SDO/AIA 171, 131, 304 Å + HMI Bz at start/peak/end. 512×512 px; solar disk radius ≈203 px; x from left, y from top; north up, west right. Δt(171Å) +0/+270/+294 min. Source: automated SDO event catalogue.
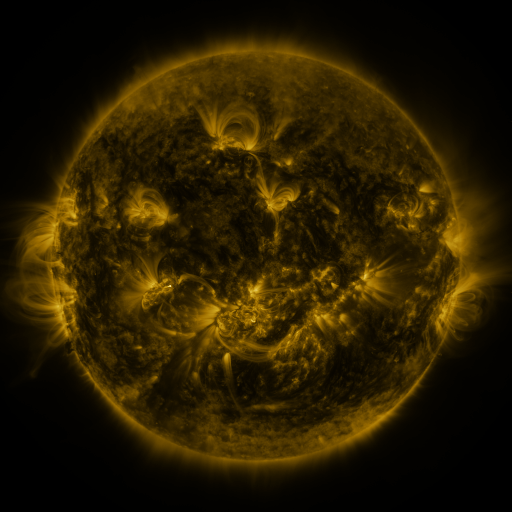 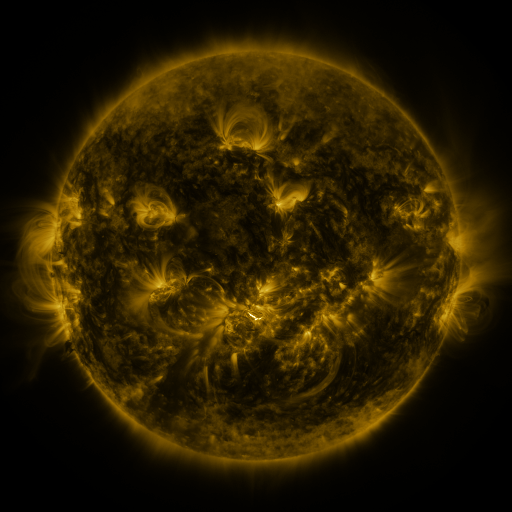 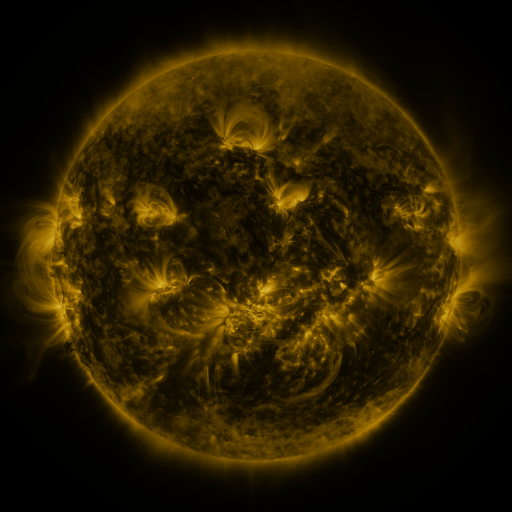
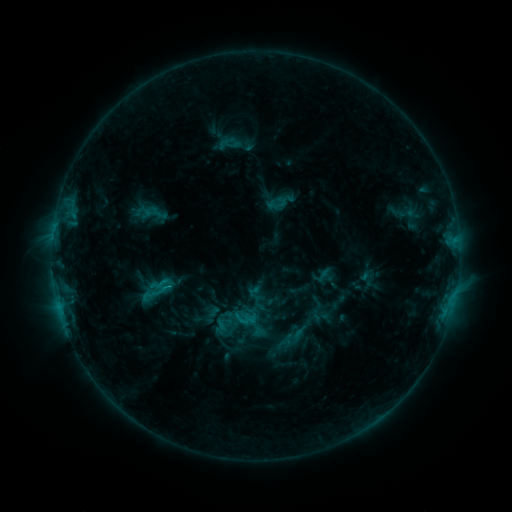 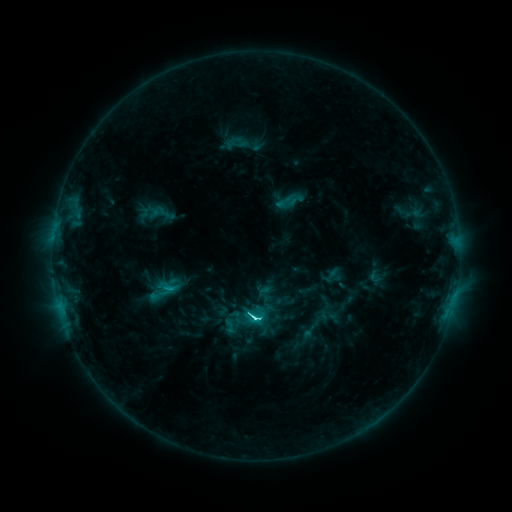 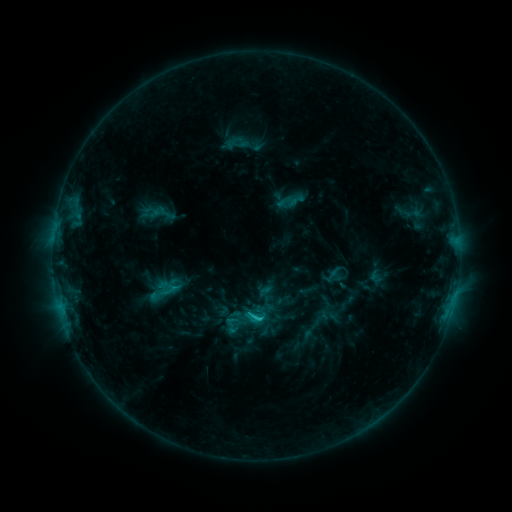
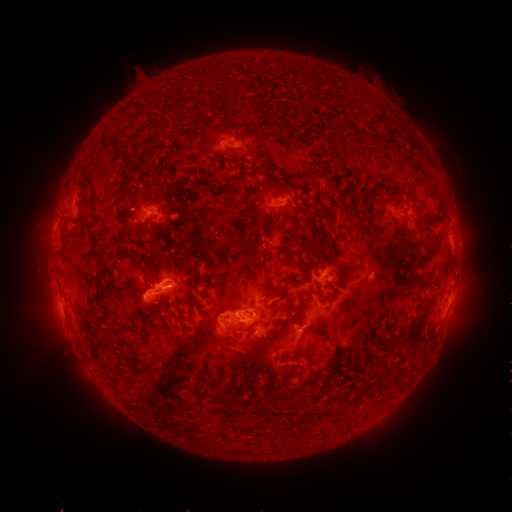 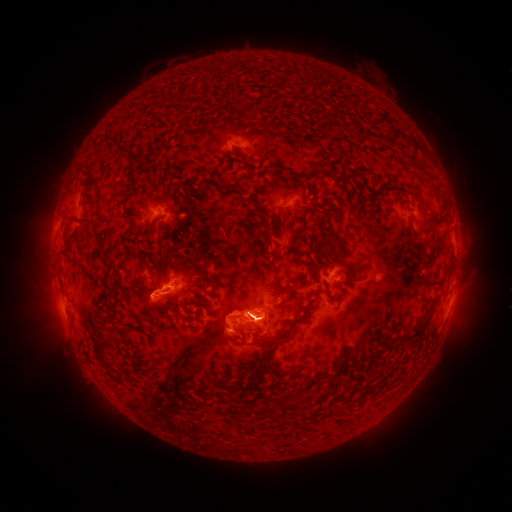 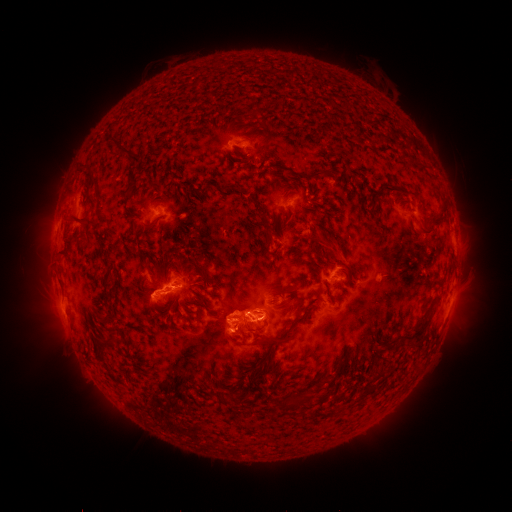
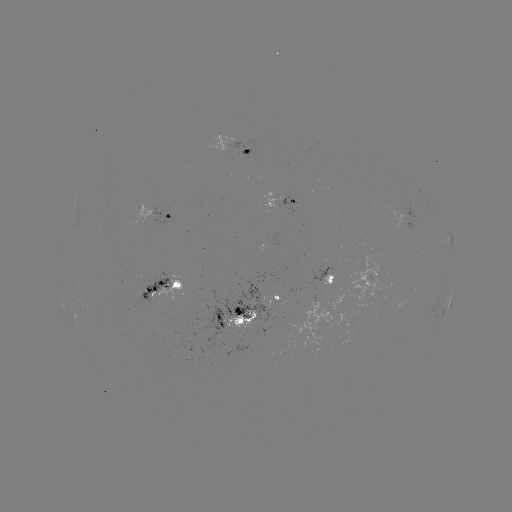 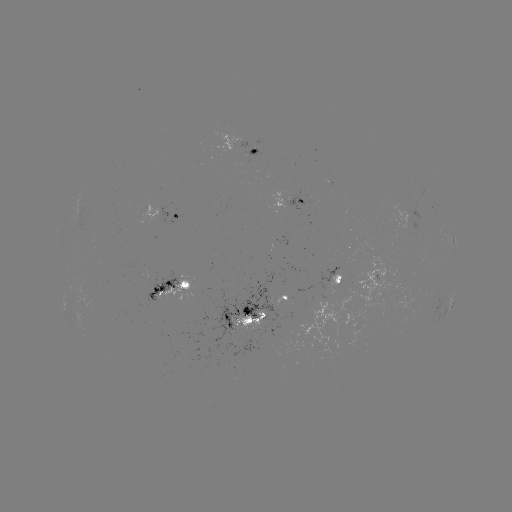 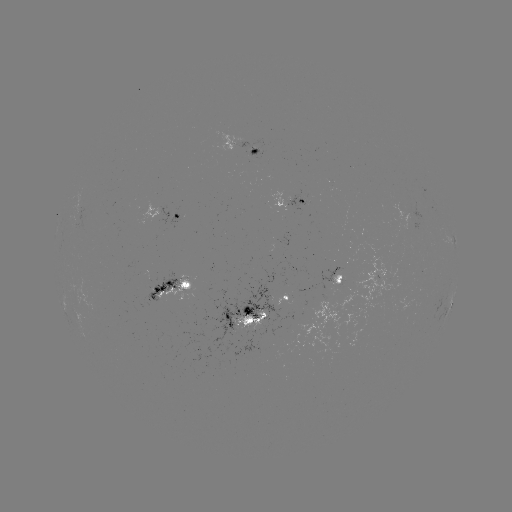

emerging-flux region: (229, 311, 270, 336)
